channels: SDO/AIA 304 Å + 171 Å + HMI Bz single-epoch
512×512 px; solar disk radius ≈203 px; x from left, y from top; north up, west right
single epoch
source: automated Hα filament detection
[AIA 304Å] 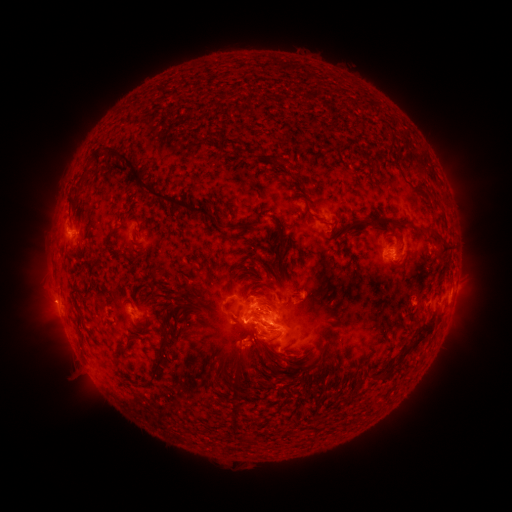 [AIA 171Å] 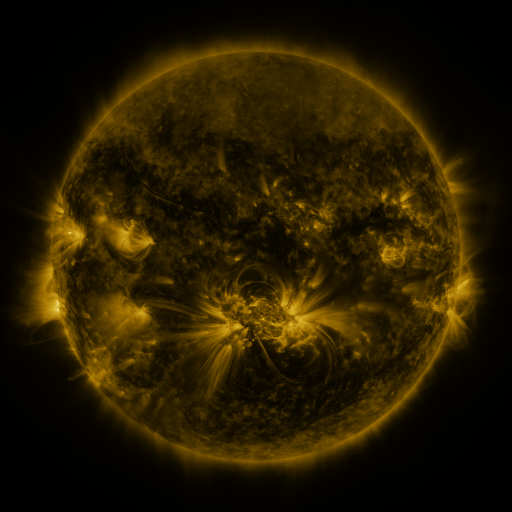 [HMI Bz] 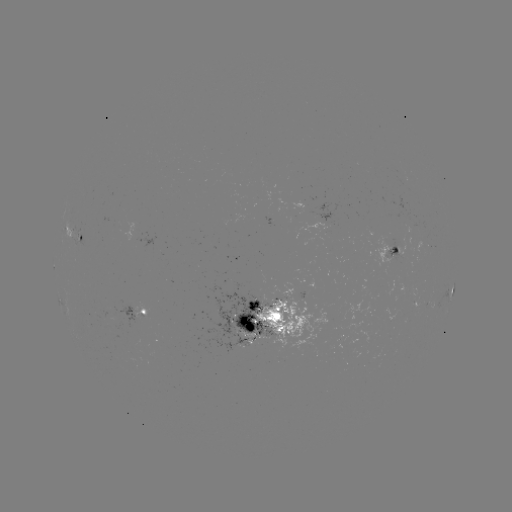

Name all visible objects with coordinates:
filament: [80, 150, 100, 176]
filament: [119, 158, 216, 223]
filament: [277, 158, 290, 168]
filament: [293, 164, 305, 187]
filament: [300, 185, 309, 193]
filament: [212, 191, 220, 201]
filament: [297, 196, 316, 220]
filament: [219, 202, 231, 218]
filament: [125, 209, 140, 220]
filament: [270, 214, 287, 254]
filament: [344, 214, 406, 239]
filament: [241, 222, 260, 232]
filament: [426, 228, 454, 253]
filament: [105, 231, 116, 241]
filament: [340, 245, 347, 257]
filament: [345, 265, 355, 280]
filament: [319, 279, 329, 297]
filament: [152, 292, 161, 301]
filament: [276, 293, 288, 302]
filament: [152, 298, 190, 382]
filament: [248, 300, 285, 324]
filament: [334, 308, 346, 317]
filament: [380, 312, 438, 379]
filament: [237, 317, 261, 358]
filament: [167, 324, 182, 342]
filament: [268, 331, 283, 341]
filament: [114, 346, 128, 357]
filament: [234, 346, 248, 378]
filament: [263, 350, 273, 362]
filament: [287, 358, 312, 369]
